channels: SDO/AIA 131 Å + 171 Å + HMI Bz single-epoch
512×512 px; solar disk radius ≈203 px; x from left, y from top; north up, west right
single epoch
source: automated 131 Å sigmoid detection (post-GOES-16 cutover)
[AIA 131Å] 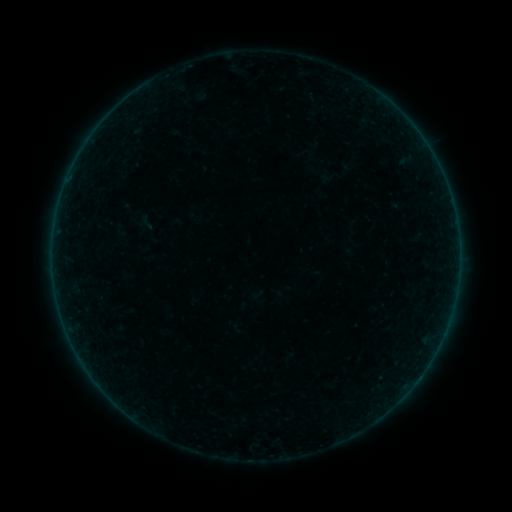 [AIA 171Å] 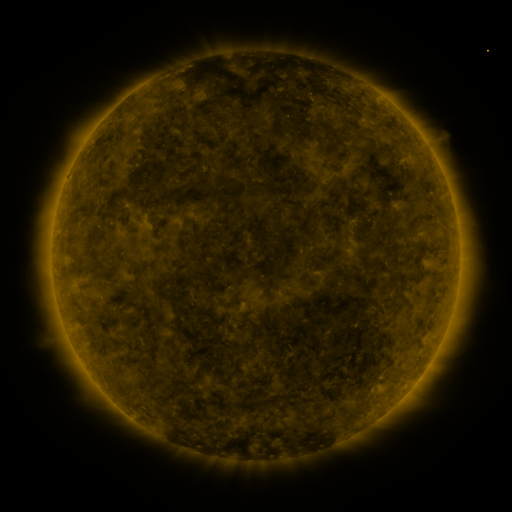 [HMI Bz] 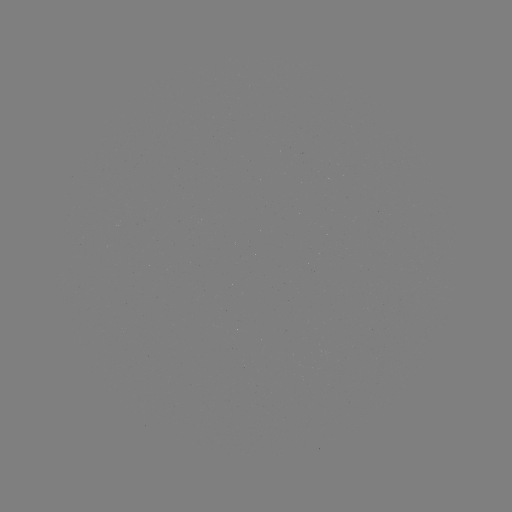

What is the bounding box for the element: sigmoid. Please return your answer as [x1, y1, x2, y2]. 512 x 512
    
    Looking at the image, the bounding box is [138, 213, 156, 231].